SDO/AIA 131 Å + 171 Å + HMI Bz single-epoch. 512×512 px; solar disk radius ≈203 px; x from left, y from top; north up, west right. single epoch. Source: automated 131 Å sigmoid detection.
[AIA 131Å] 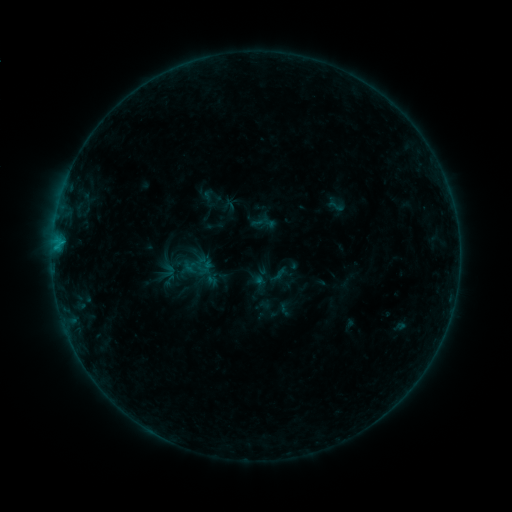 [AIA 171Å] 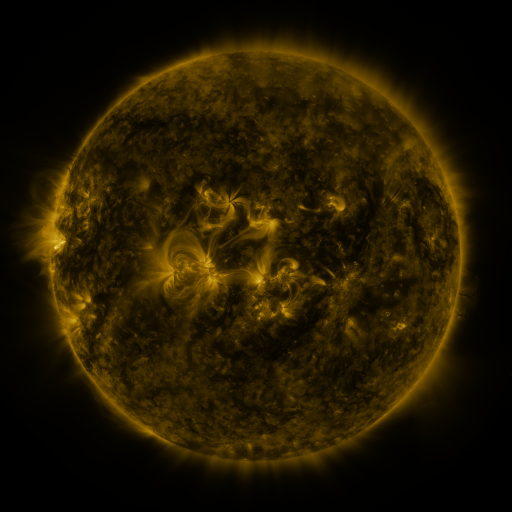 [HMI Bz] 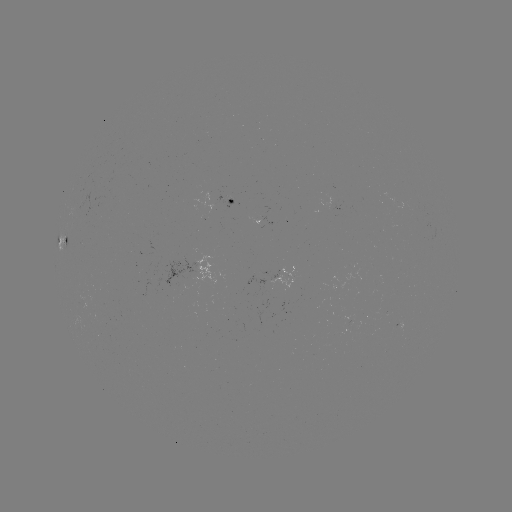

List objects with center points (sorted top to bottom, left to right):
sigmoid: (336, 206)
